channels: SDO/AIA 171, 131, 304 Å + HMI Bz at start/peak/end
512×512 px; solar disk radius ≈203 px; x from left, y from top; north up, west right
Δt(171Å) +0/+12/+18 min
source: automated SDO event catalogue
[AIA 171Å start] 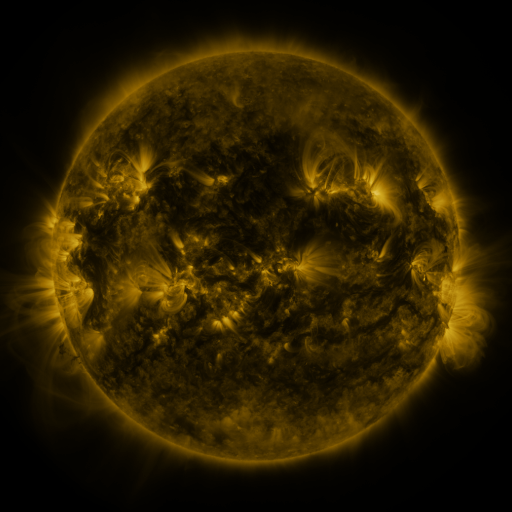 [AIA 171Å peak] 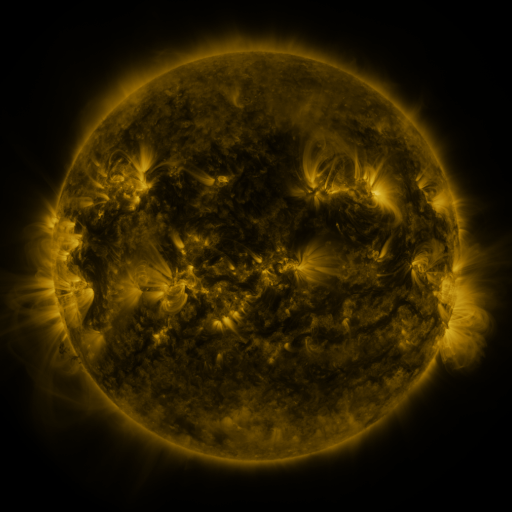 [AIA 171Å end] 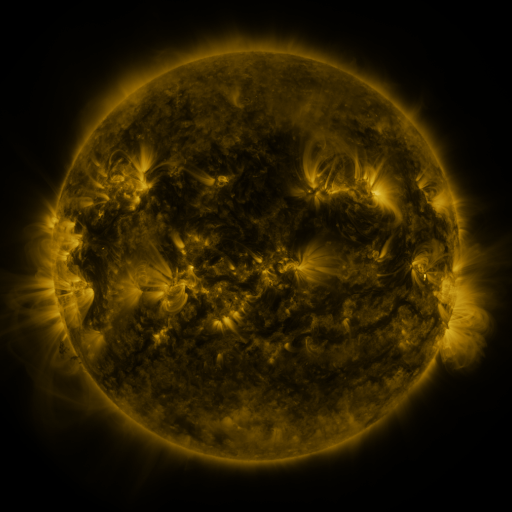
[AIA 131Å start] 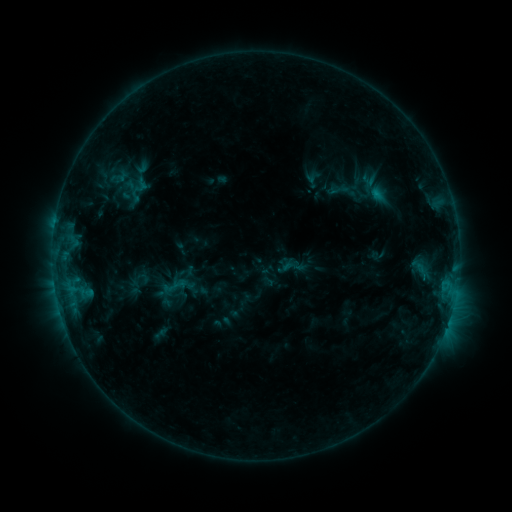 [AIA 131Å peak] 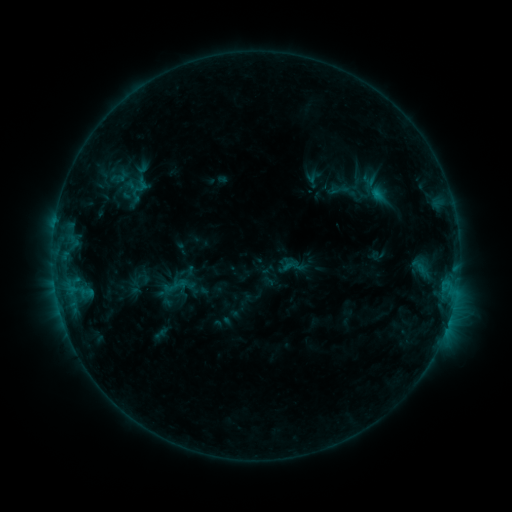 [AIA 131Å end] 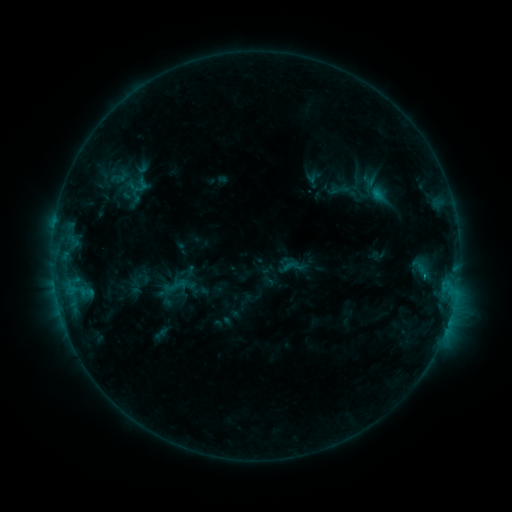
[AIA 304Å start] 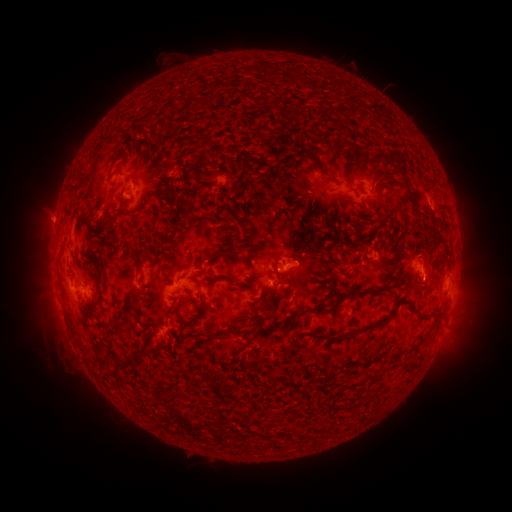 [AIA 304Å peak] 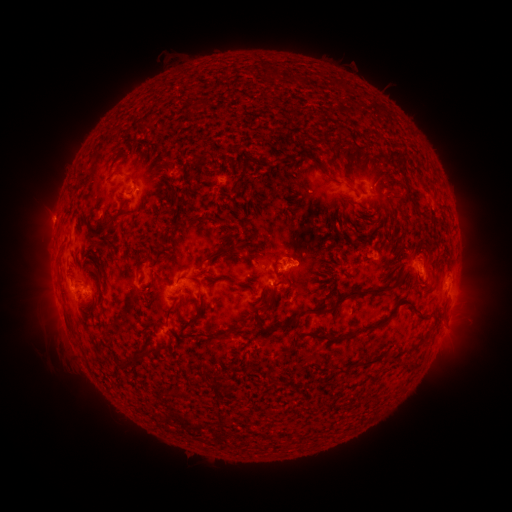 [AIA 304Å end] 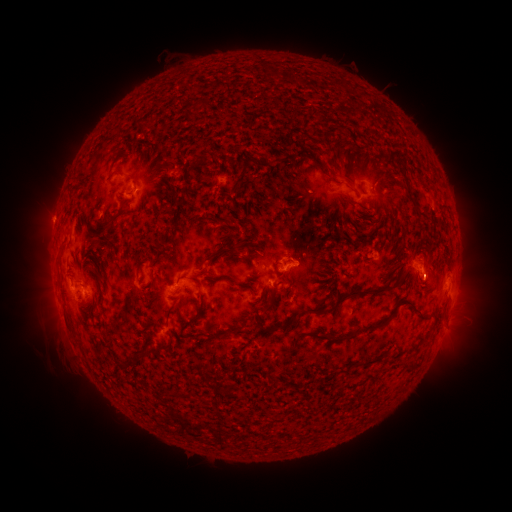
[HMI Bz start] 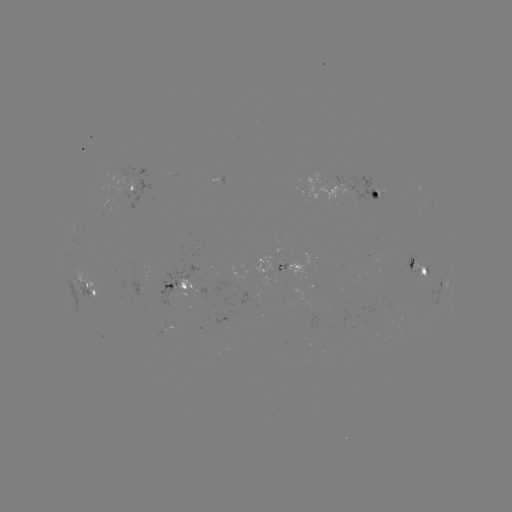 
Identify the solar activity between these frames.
no flare in any classed list; no EUV-trigger detection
